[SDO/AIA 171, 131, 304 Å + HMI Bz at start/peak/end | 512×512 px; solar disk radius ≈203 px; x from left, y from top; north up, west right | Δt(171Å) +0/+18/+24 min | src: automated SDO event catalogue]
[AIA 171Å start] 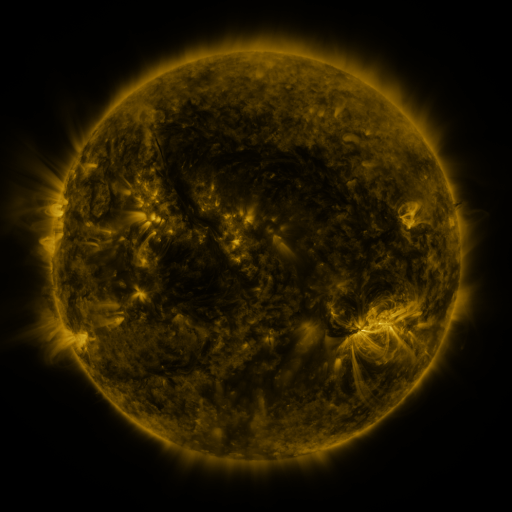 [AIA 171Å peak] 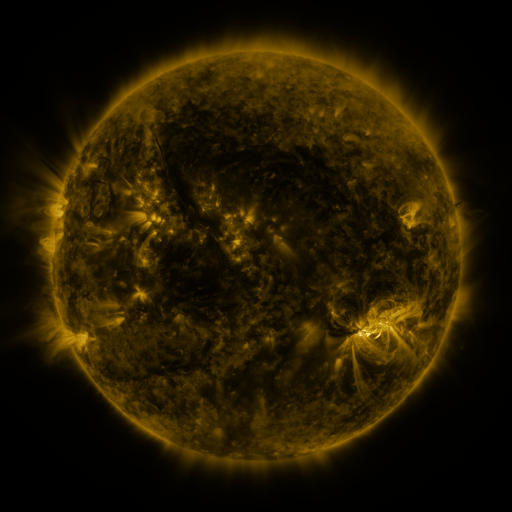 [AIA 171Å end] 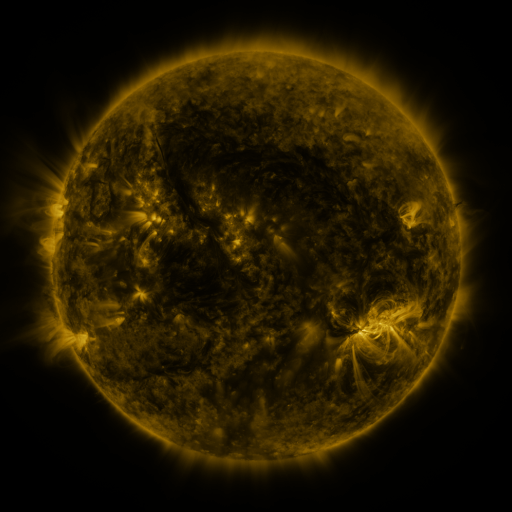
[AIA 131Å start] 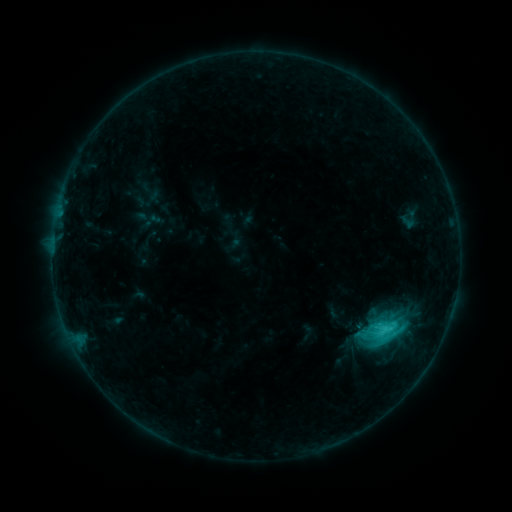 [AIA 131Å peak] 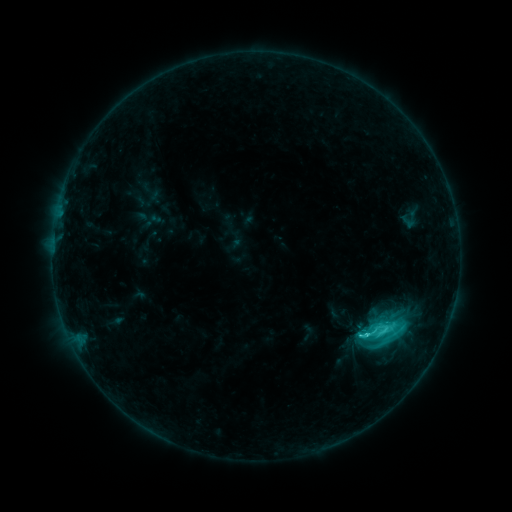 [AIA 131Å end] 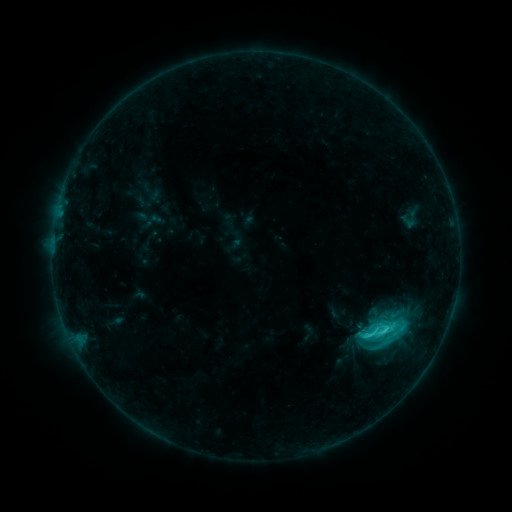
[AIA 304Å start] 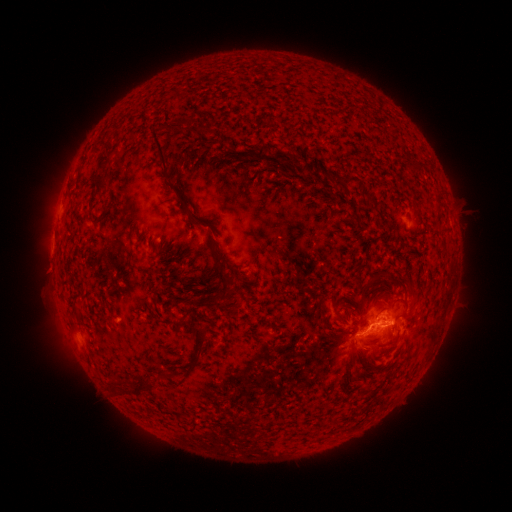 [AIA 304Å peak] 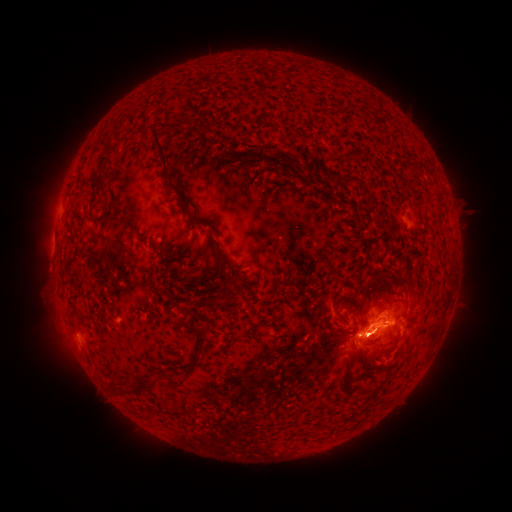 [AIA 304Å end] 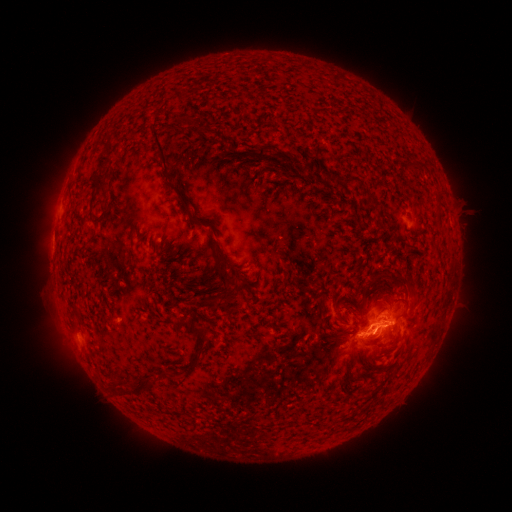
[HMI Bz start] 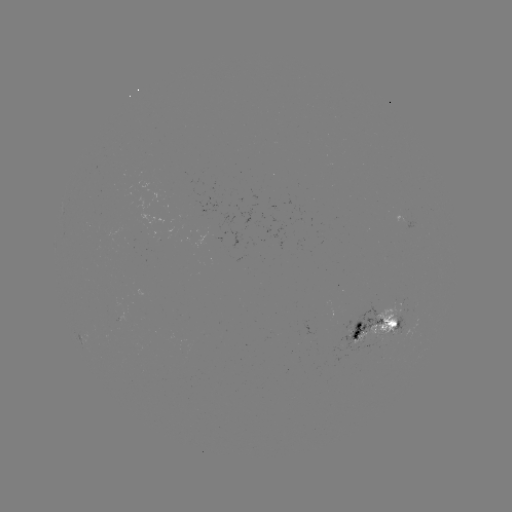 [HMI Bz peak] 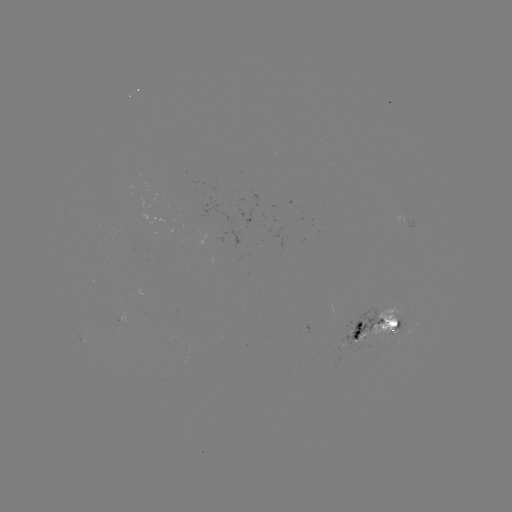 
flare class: C5.0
